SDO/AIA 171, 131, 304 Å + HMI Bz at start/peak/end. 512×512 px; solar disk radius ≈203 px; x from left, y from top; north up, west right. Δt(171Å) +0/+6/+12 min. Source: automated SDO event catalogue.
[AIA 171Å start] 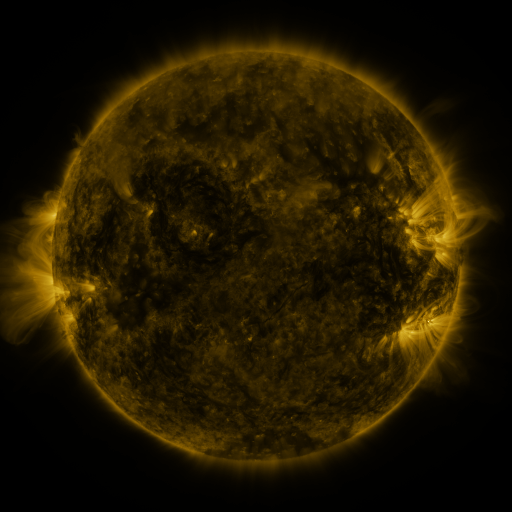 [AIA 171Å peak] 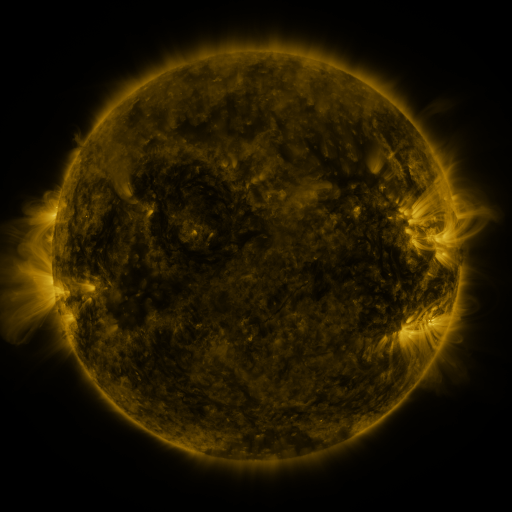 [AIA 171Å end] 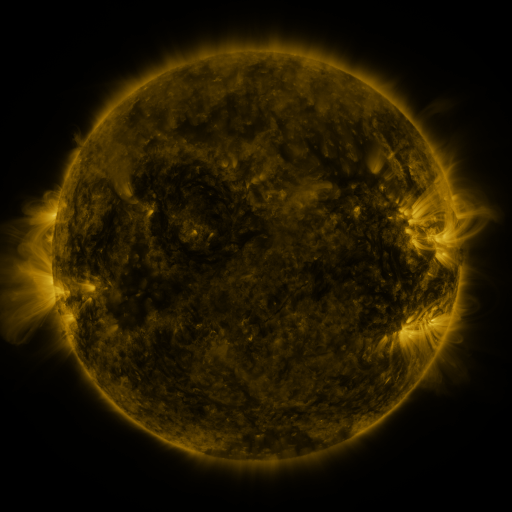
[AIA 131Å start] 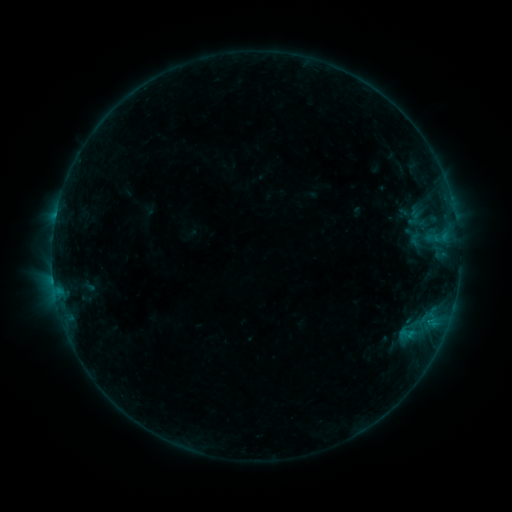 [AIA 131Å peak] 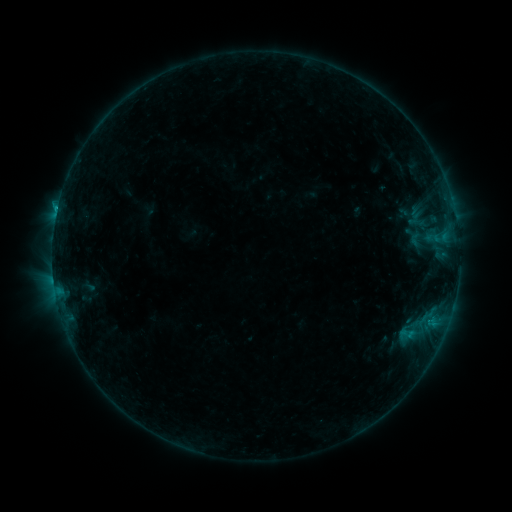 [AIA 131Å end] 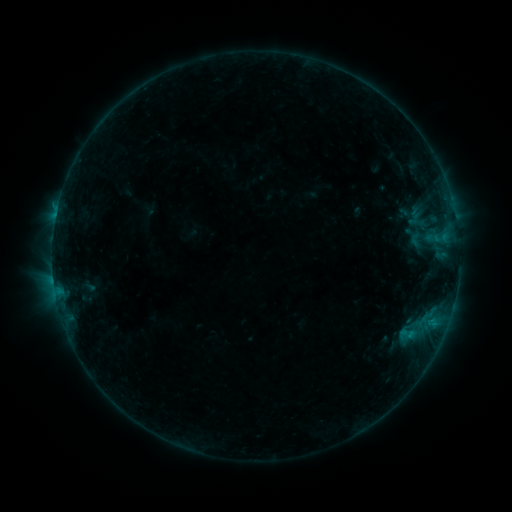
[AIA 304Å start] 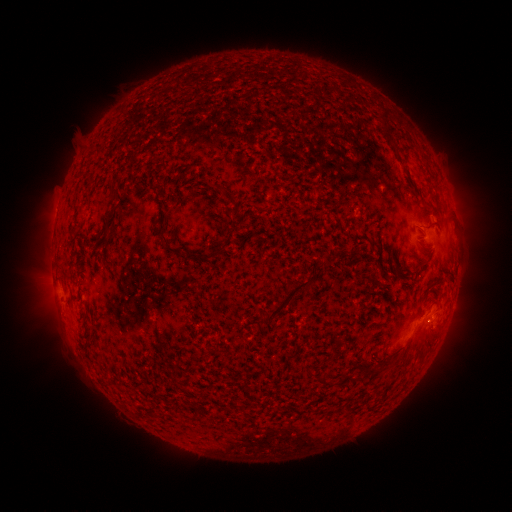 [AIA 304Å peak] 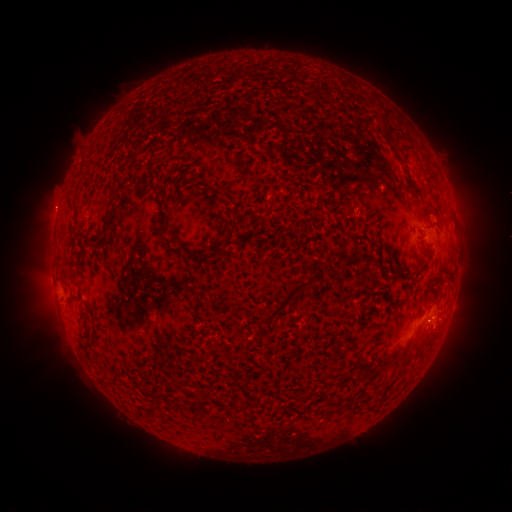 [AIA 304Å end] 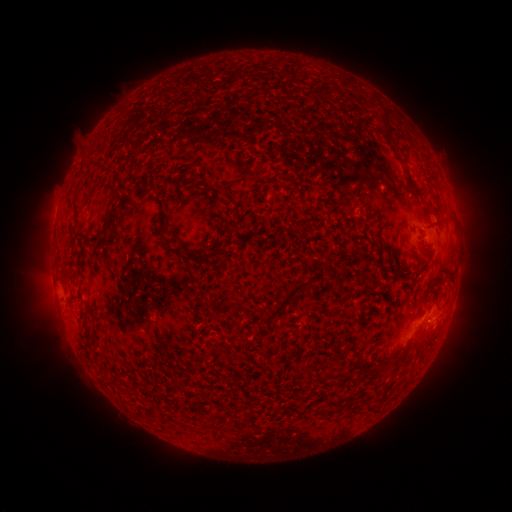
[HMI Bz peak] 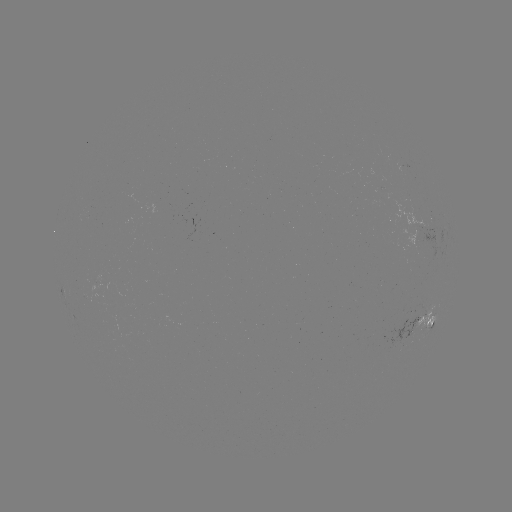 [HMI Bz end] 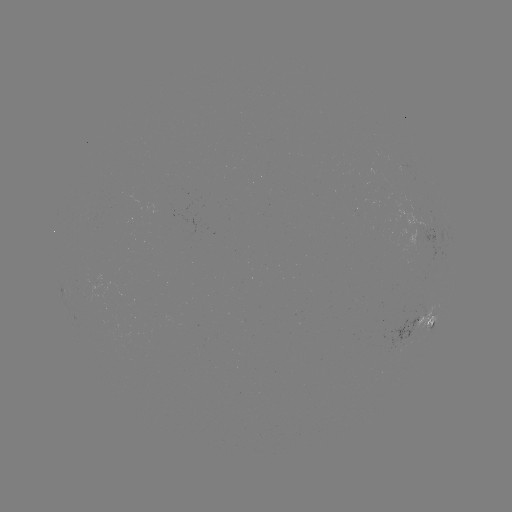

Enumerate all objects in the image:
B6.2 flare: (433, 318)
